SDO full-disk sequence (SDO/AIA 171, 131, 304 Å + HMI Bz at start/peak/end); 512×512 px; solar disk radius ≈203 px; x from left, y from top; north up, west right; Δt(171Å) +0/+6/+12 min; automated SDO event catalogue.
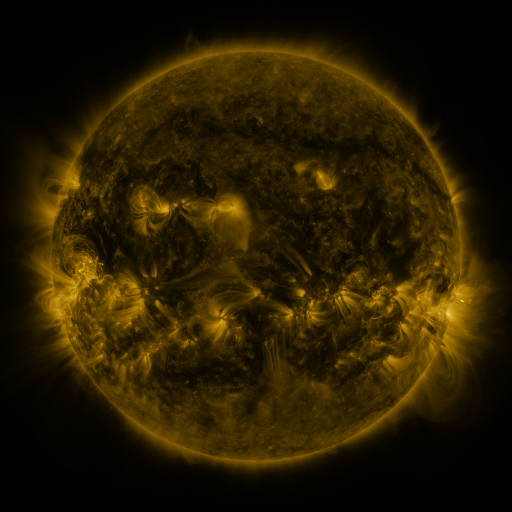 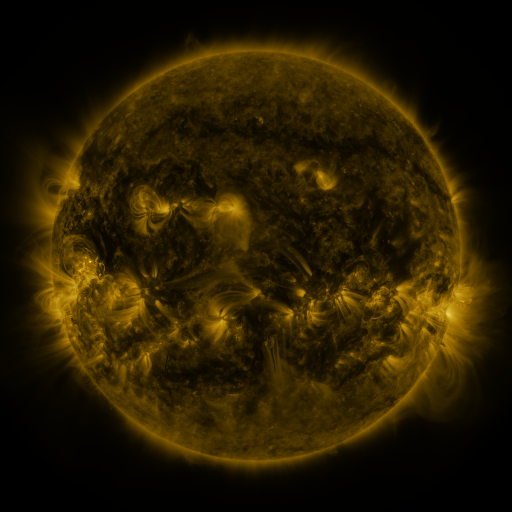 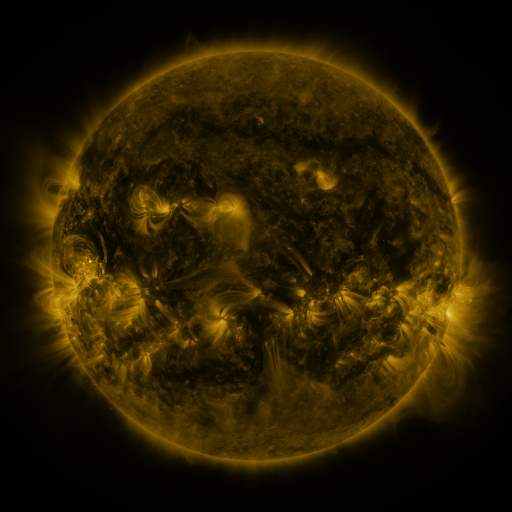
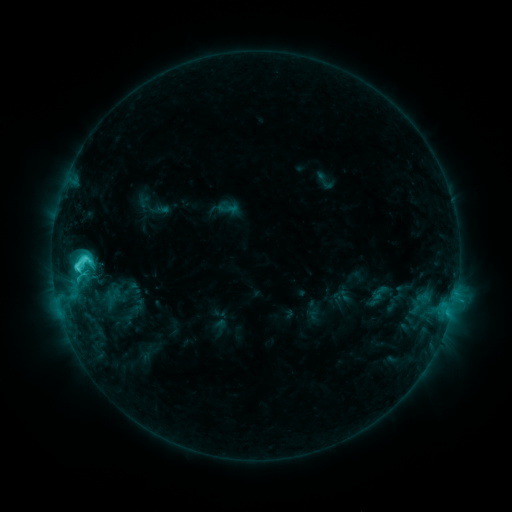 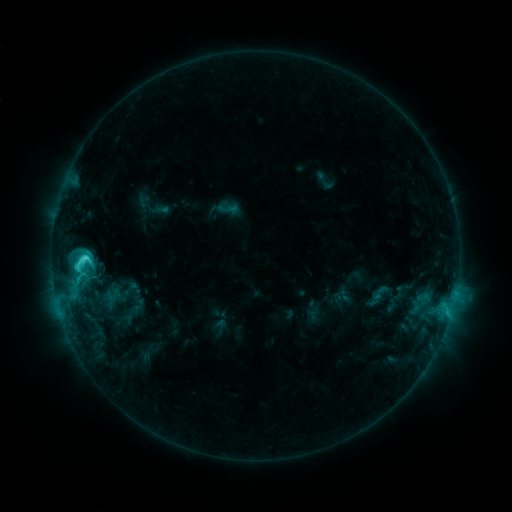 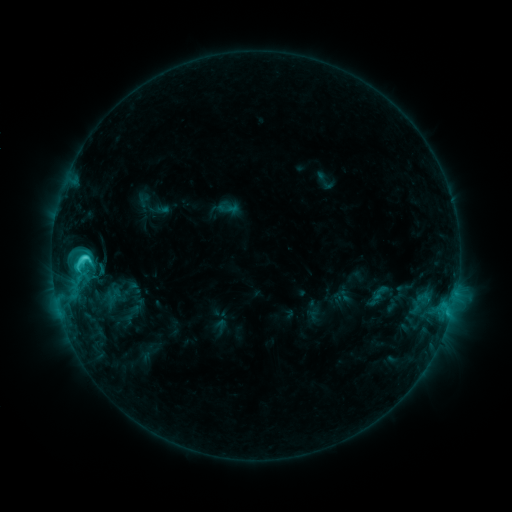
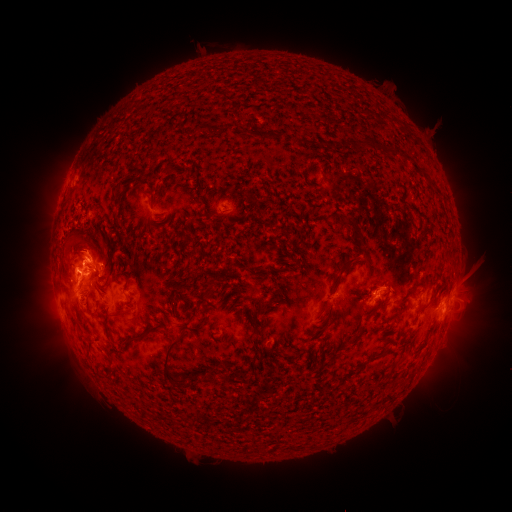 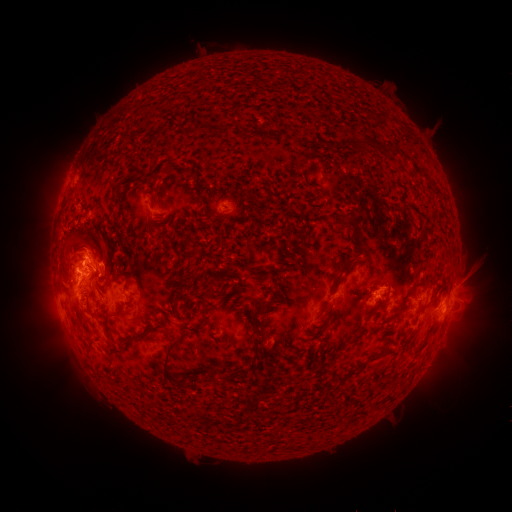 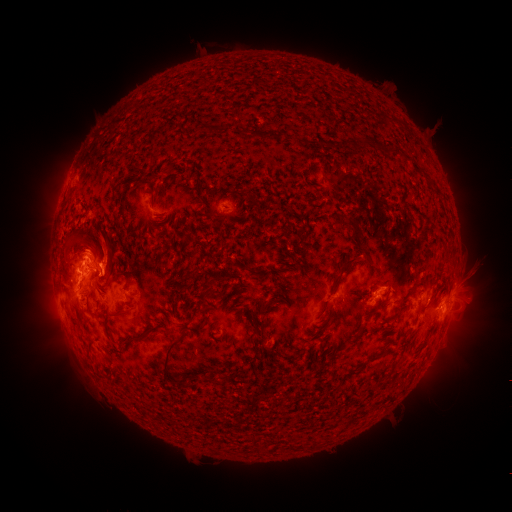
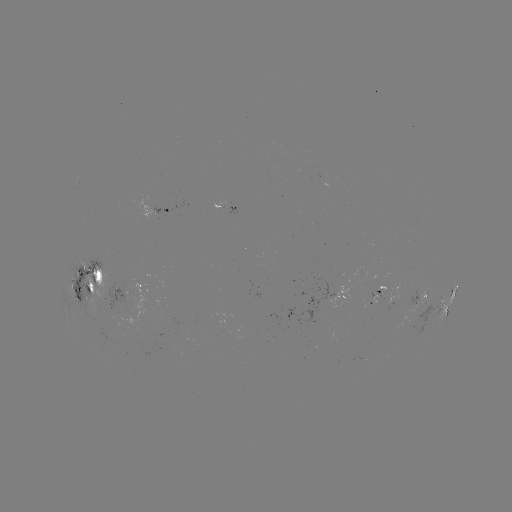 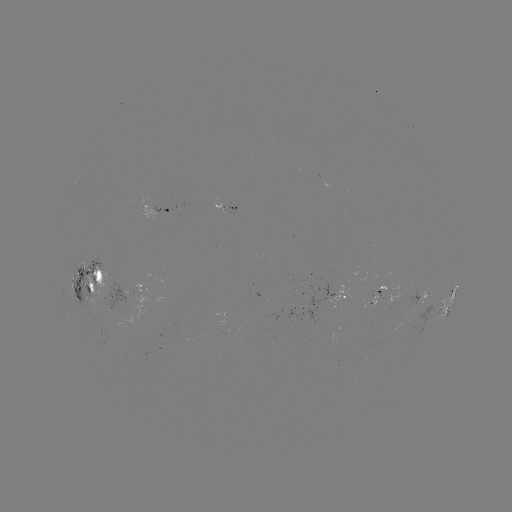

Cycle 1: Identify eruption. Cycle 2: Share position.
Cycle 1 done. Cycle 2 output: (106, 248).